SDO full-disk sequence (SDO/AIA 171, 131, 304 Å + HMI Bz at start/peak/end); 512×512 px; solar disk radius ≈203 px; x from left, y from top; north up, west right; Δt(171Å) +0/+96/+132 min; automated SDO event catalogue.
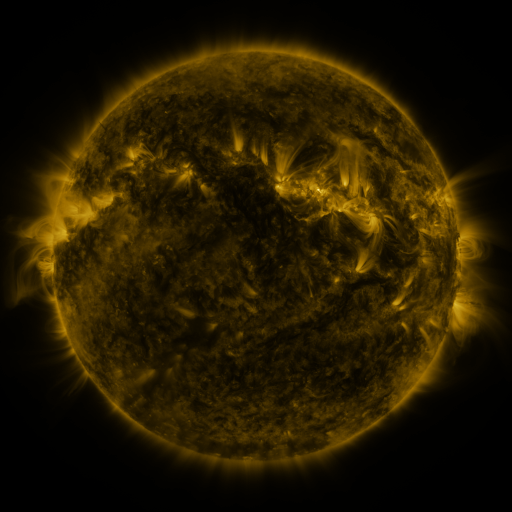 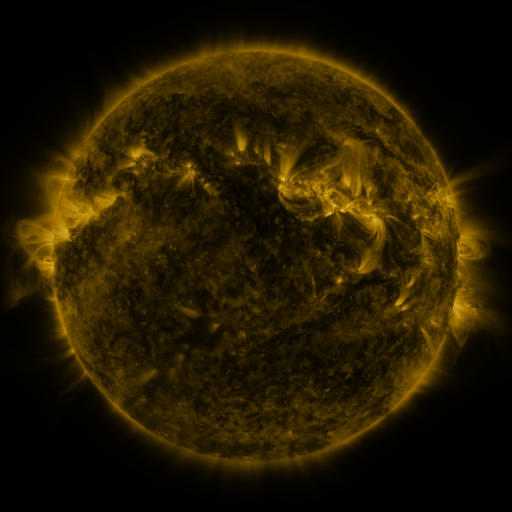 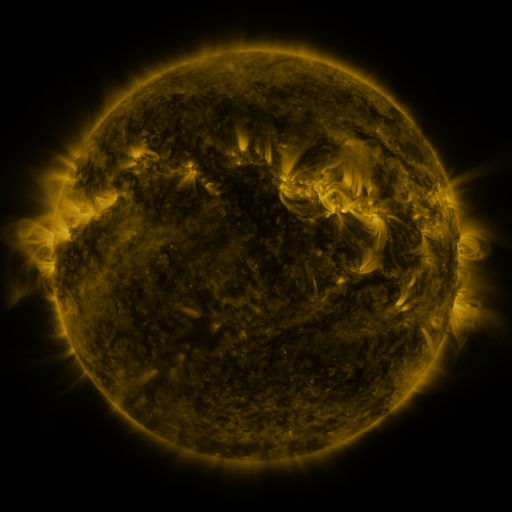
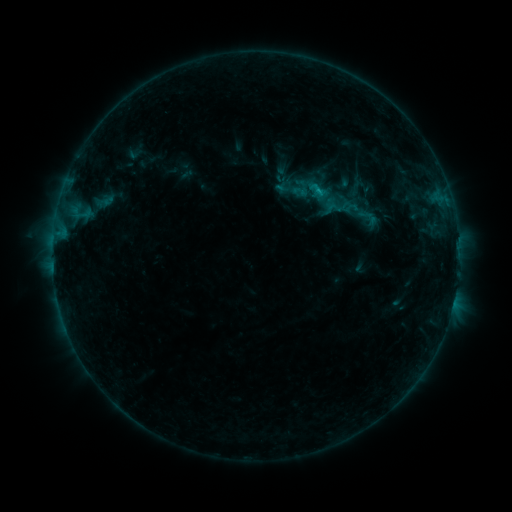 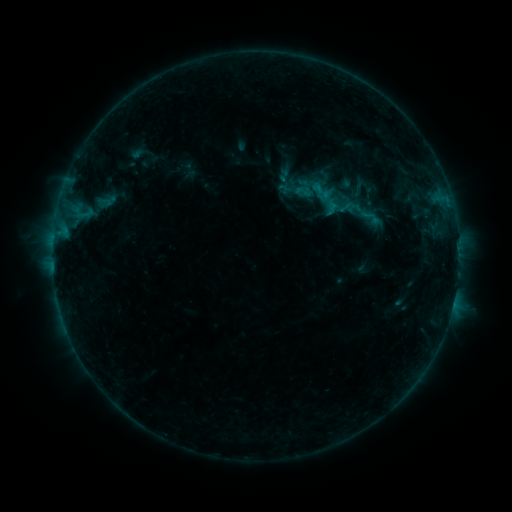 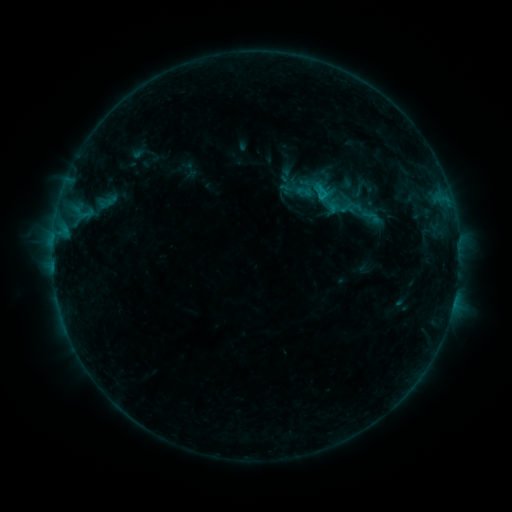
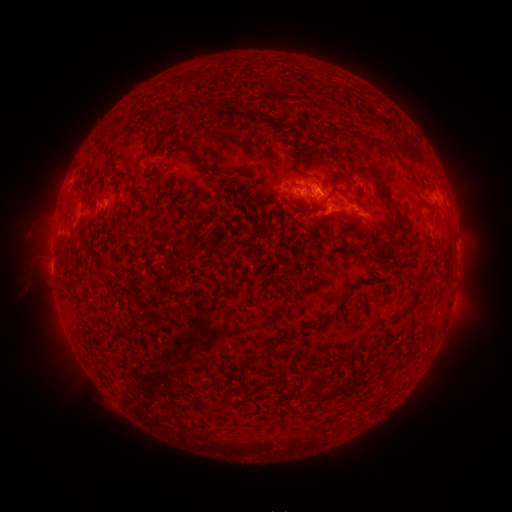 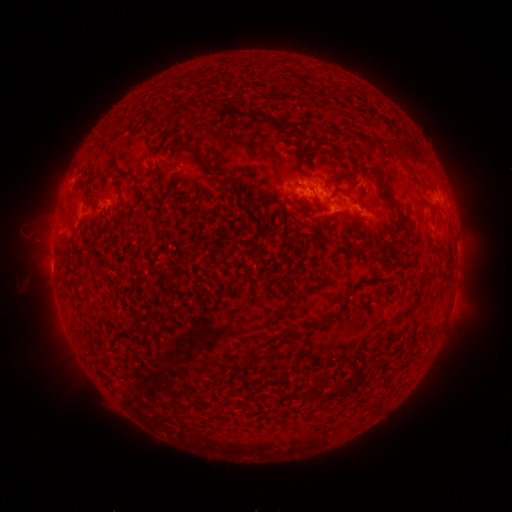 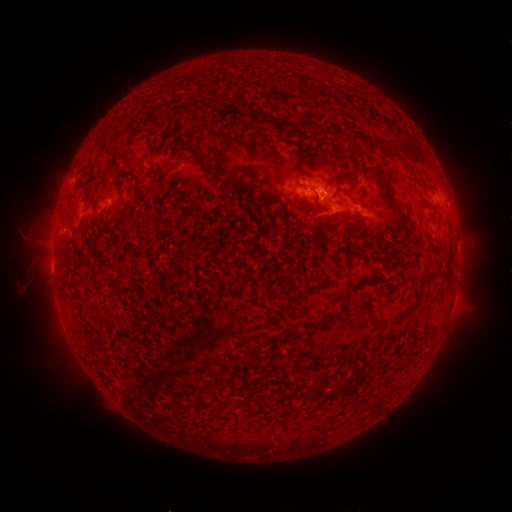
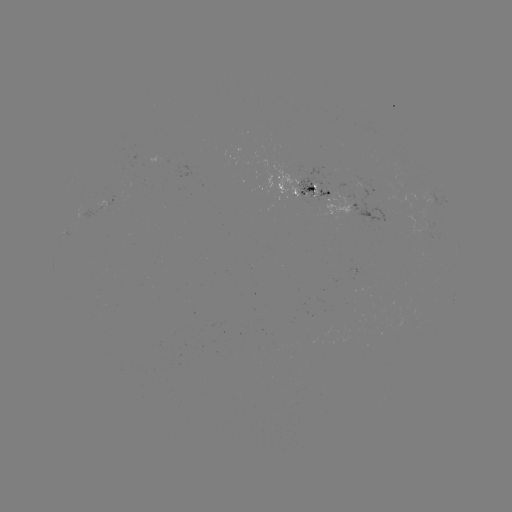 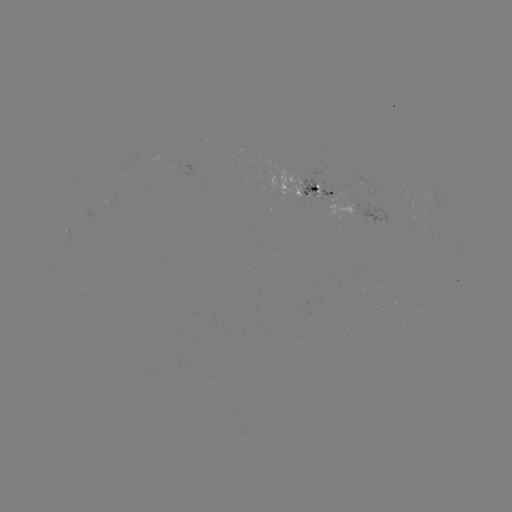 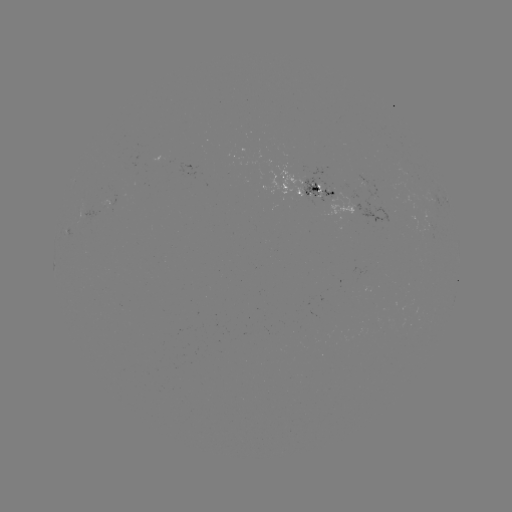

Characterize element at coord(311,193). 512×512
emerging-flux region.